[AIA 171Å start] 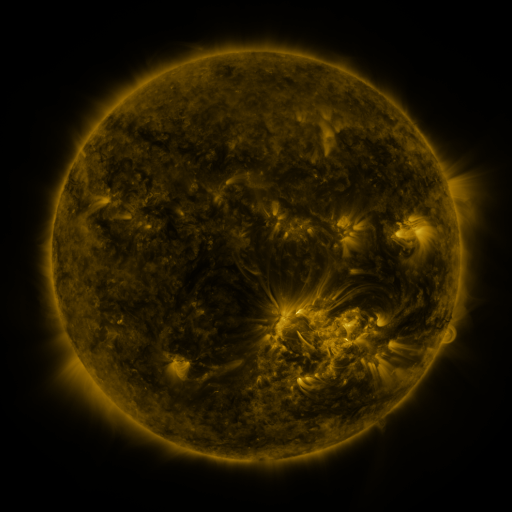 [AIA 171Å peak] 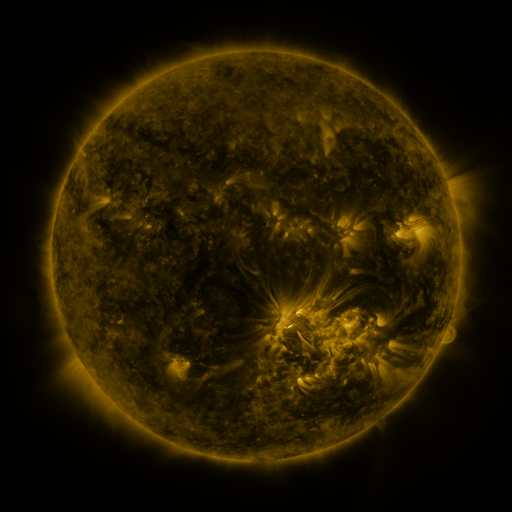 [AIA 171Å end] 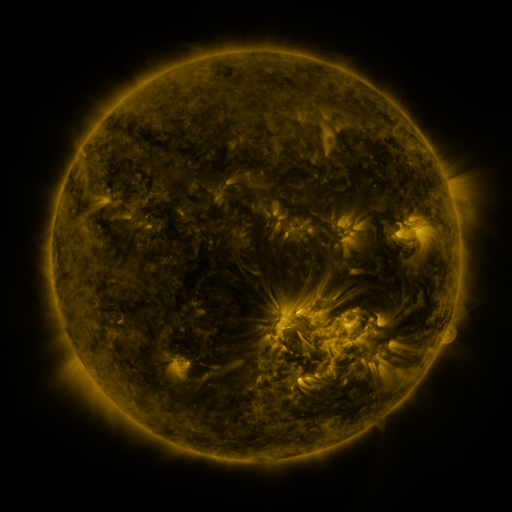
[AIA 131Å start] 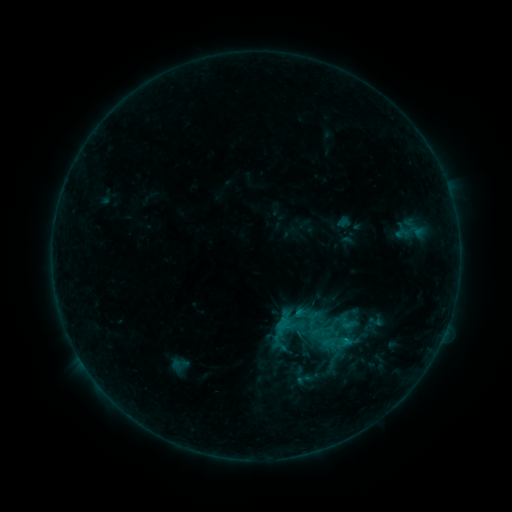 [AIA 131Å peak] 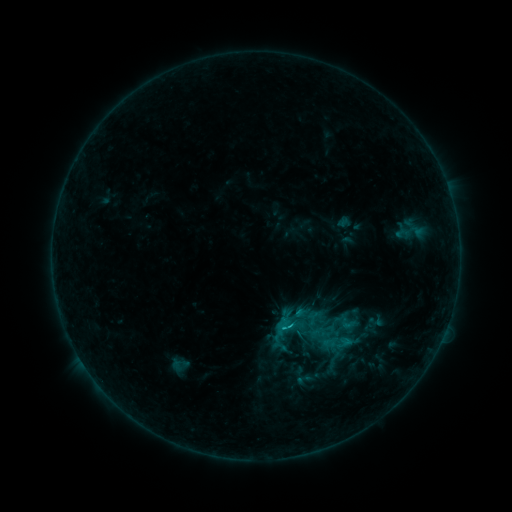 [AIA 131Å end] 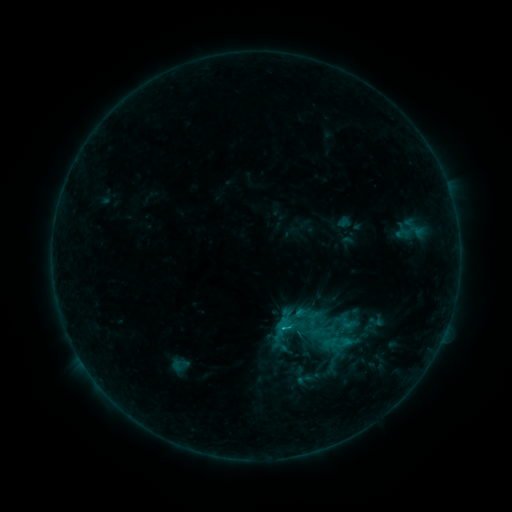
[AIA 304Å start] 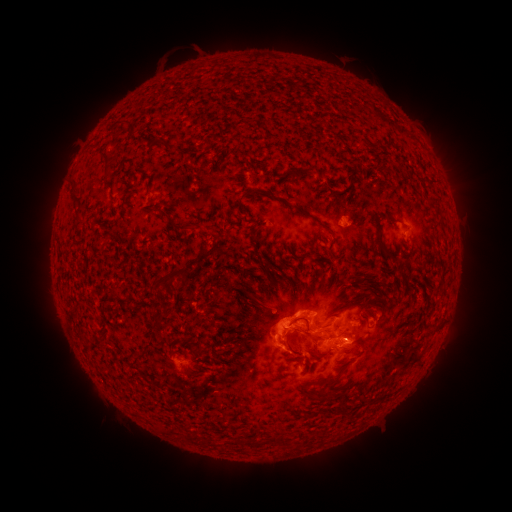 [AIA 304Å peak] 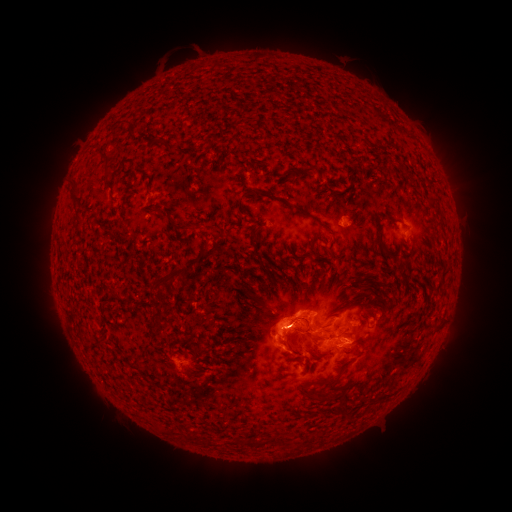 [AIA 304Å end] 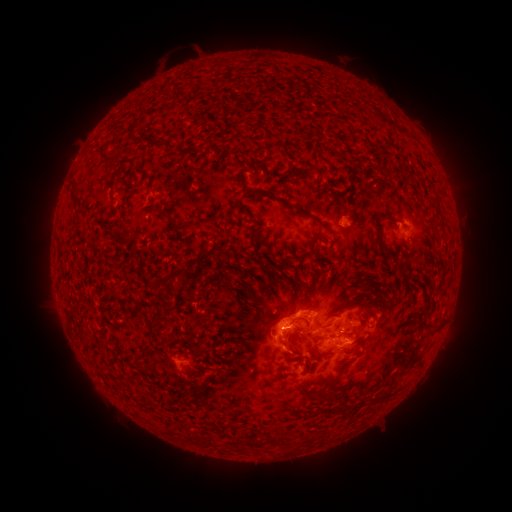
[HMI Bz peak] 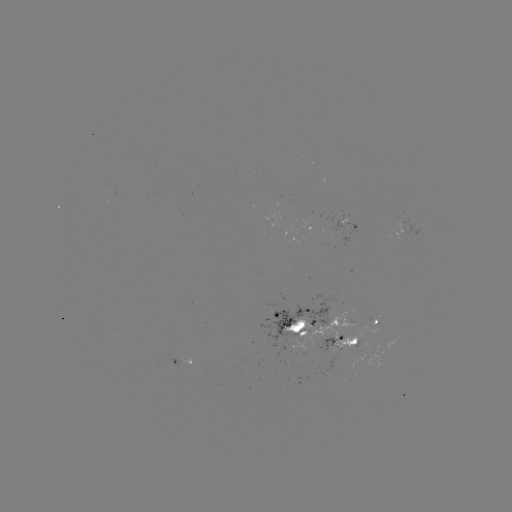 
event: flare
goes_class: C1.5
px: (286, 326)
